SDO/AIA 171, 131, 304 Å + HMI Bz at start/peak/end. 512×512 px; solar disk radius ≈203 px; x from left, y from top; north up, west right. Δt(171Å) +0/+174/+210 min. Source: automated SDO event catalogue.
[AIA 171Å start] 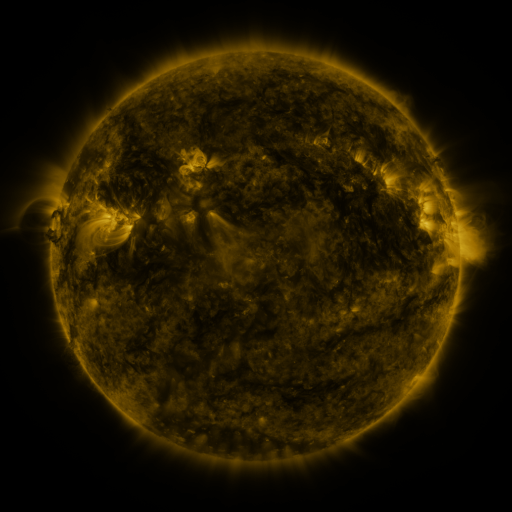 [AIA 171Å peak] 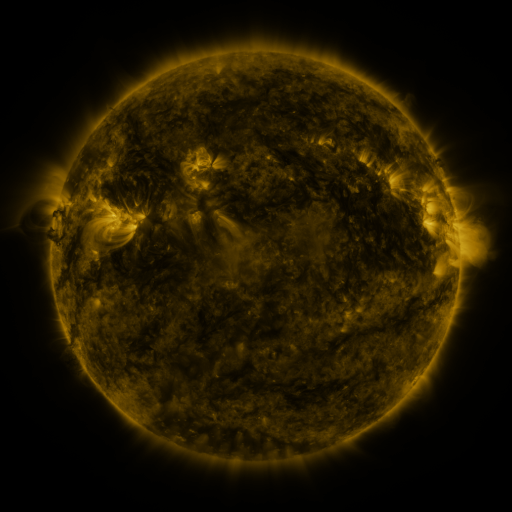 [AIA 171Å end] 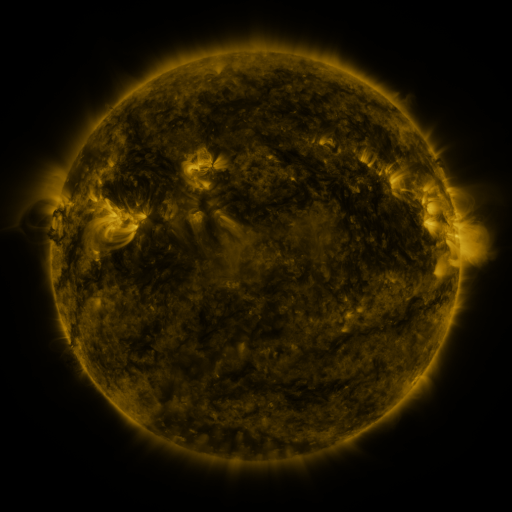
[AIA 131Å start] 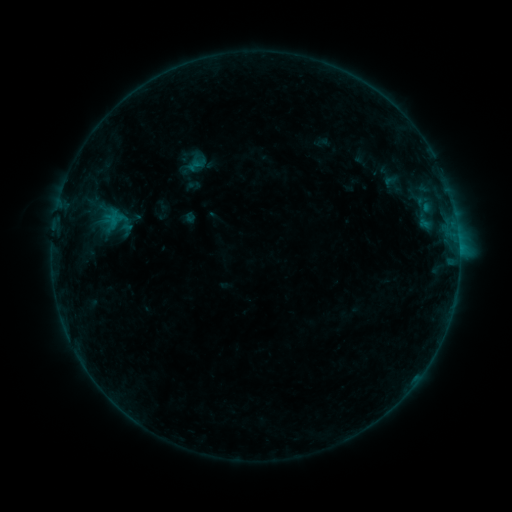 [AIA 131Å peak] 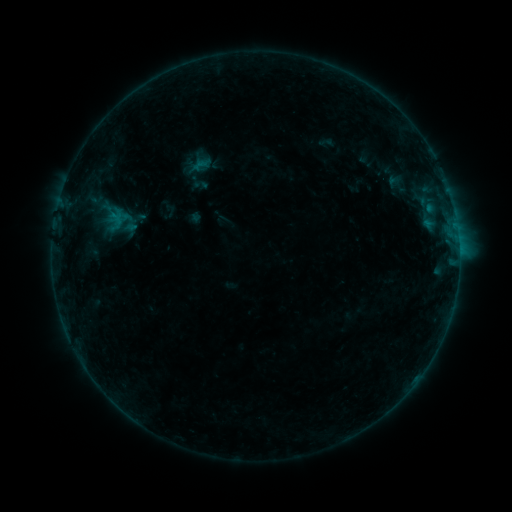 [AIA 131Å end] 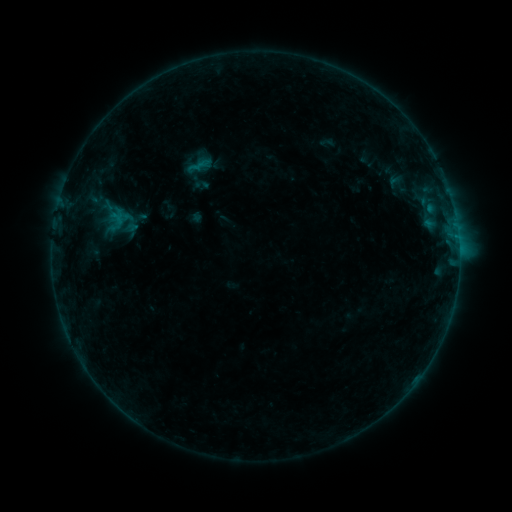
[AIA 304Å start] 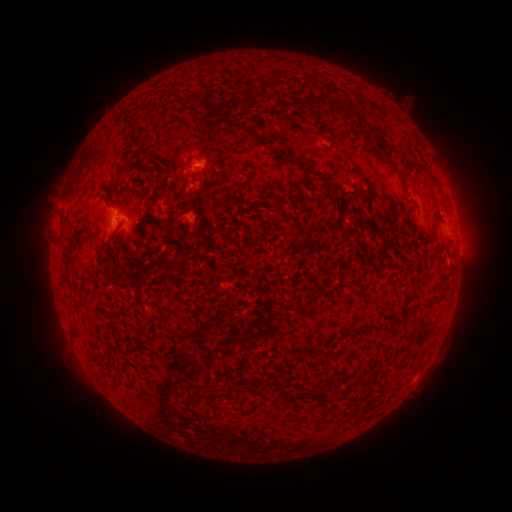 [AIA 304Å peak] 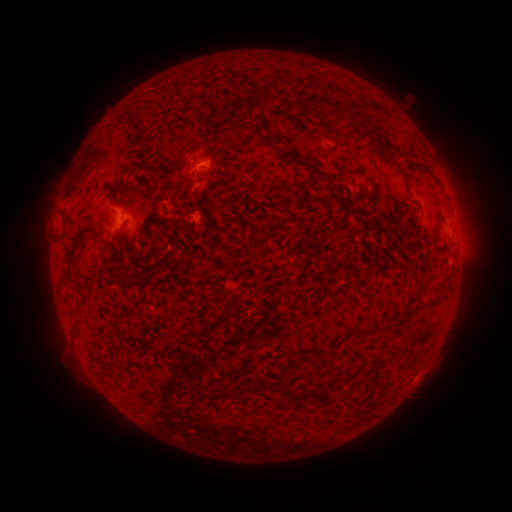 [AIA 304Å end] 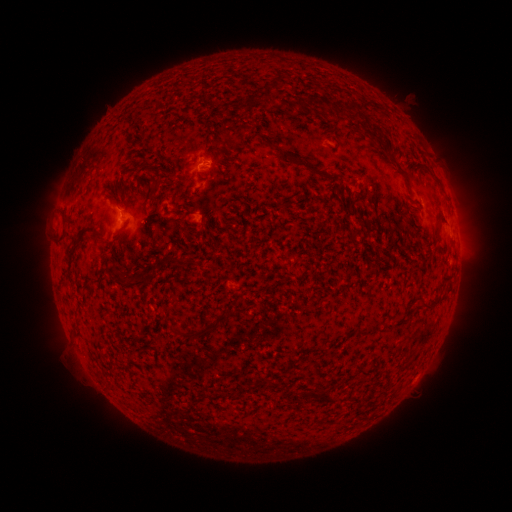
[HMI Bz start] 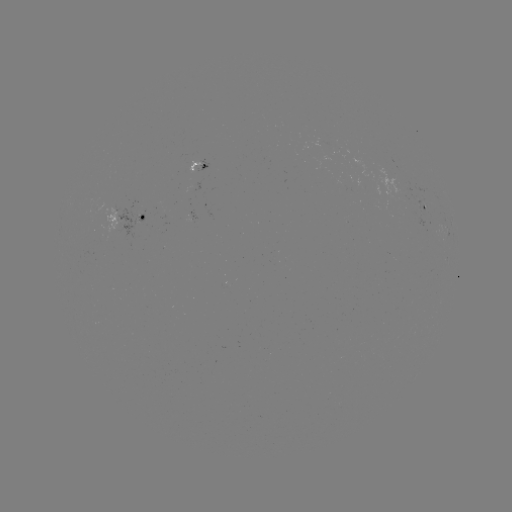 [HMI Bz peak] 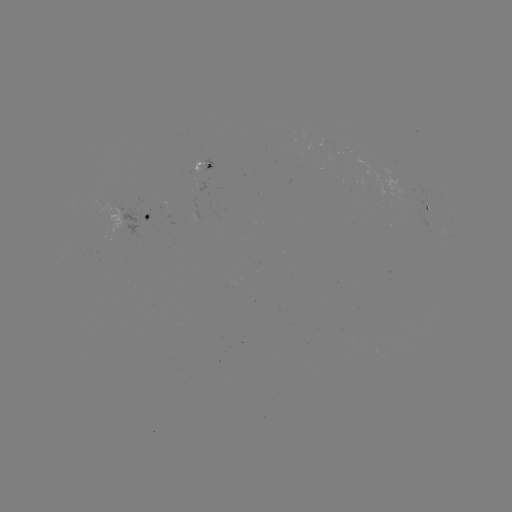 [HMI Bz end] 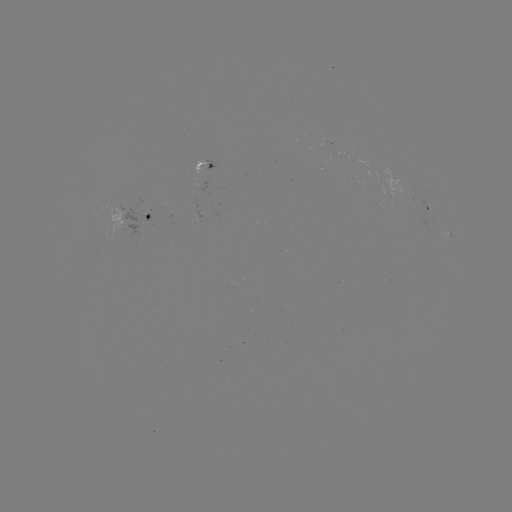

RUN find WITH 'emerging-flux region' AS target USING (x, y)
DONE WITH (199, 182) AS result